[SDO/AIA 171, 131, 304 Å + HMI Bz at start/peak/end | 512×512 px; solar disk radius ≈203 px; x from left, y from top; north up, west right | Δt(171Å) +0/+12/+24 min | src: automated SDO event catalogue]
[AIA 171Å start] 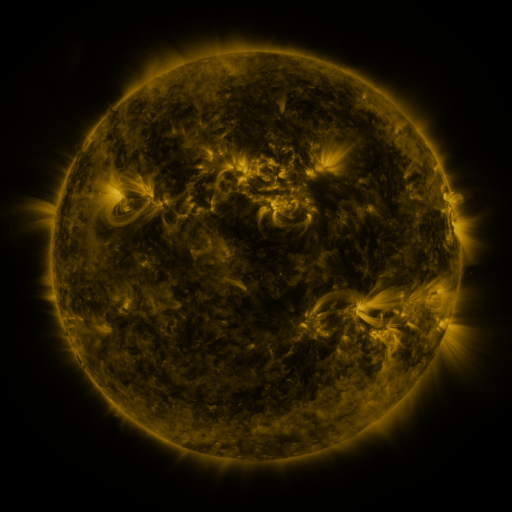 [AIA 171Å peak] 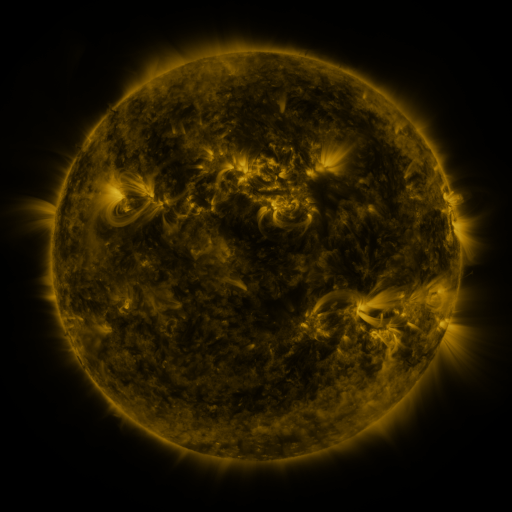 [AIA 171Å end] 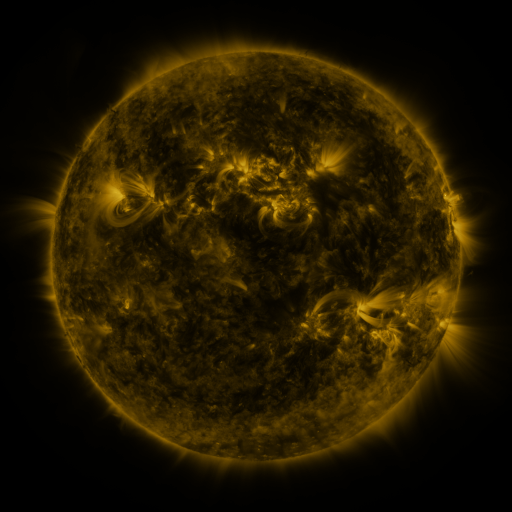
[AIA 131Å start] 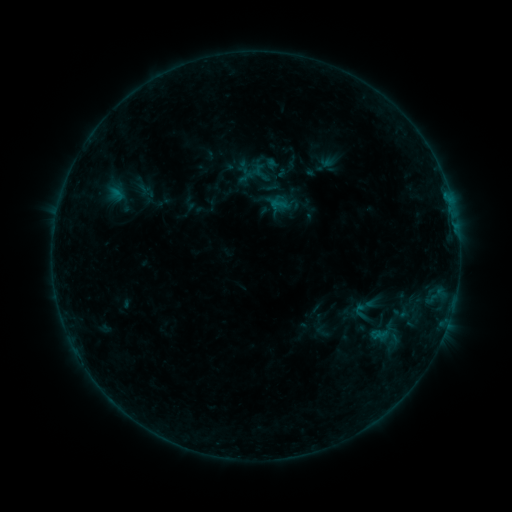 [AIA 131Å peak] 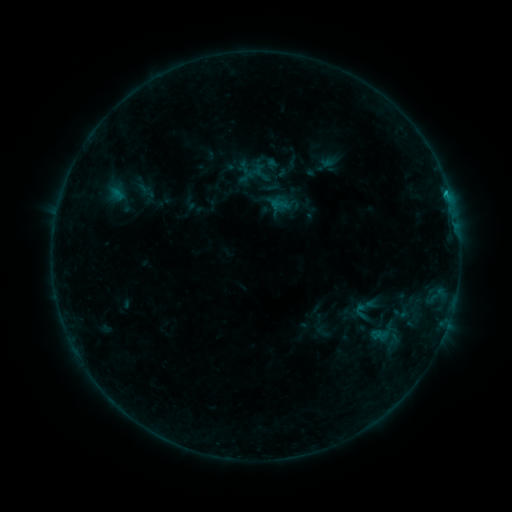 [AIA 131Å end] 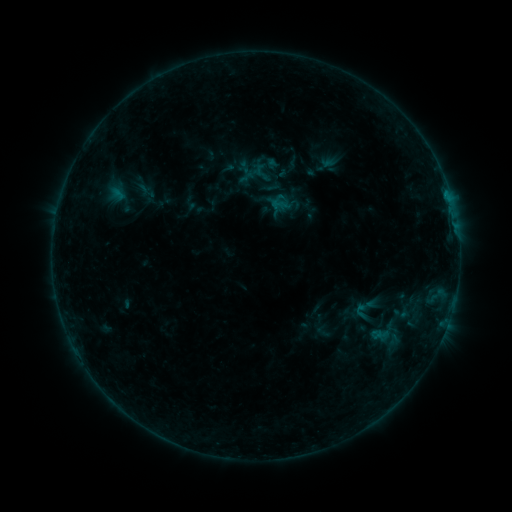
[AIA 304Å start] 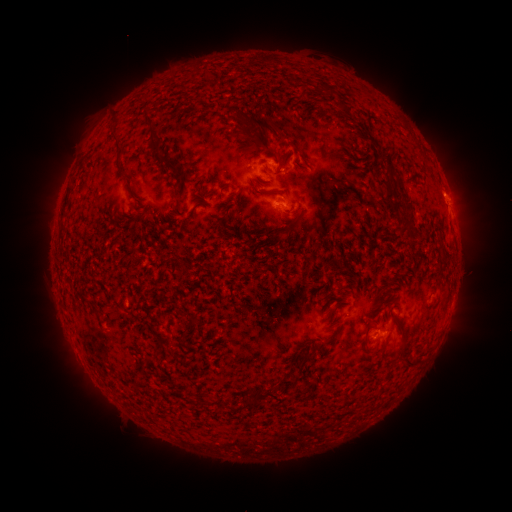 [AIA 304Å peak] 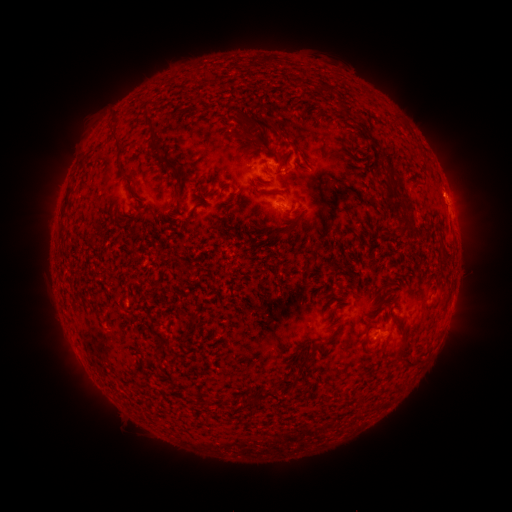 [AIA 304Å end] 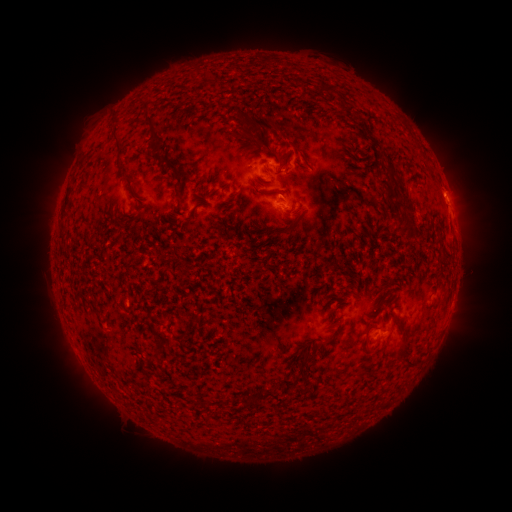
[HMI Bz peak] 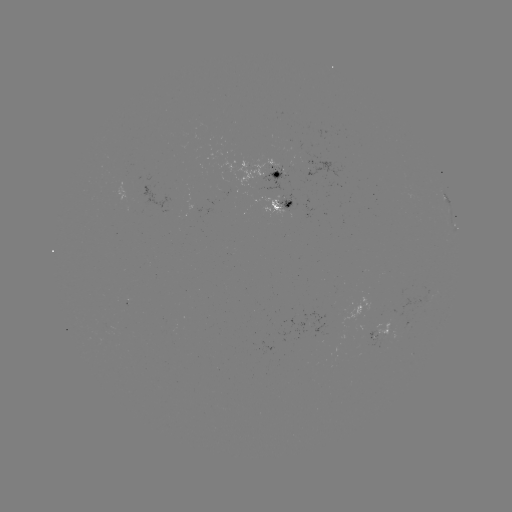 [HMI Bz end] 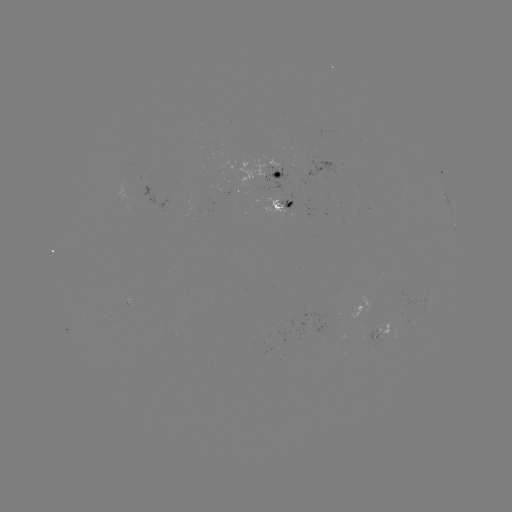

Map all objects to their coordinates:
B5.4 flare: (446, 195)
